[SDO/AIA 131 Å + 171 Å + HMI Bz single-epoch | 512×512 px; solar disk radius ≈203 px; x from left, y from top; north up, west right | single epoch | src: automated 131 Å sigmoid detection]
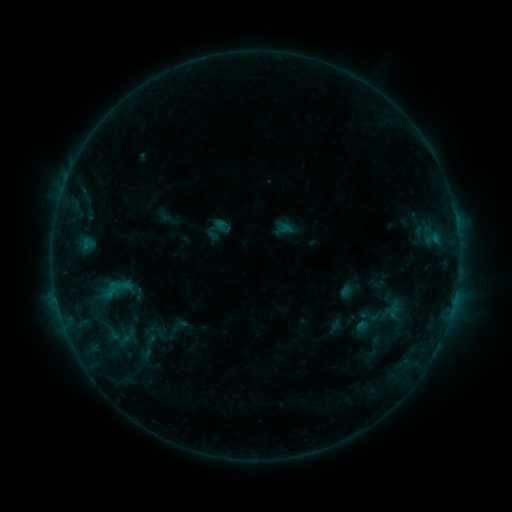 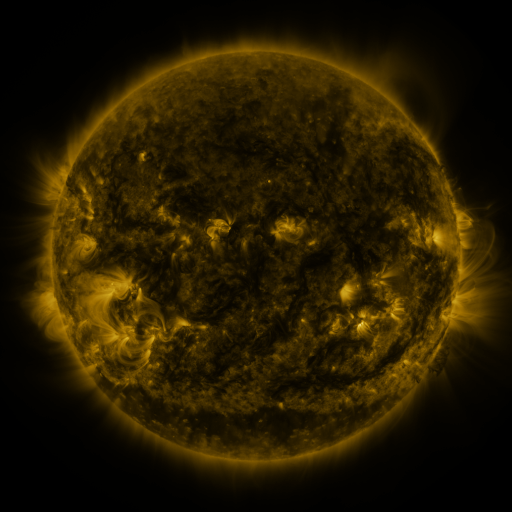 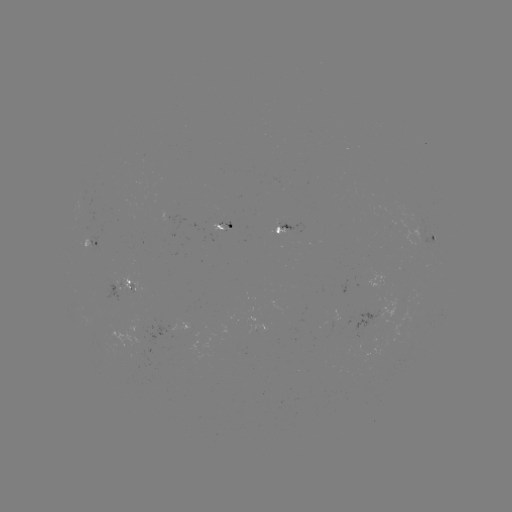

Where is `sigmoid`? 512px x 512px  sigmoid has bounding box [165, 315, 190, 337].